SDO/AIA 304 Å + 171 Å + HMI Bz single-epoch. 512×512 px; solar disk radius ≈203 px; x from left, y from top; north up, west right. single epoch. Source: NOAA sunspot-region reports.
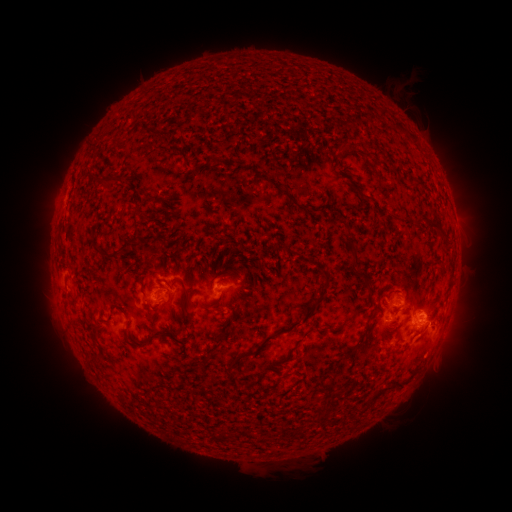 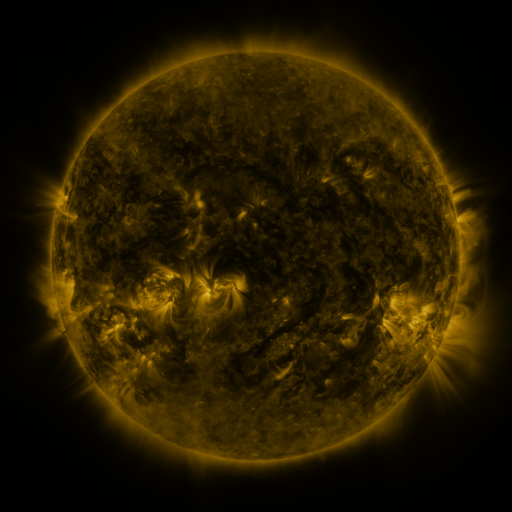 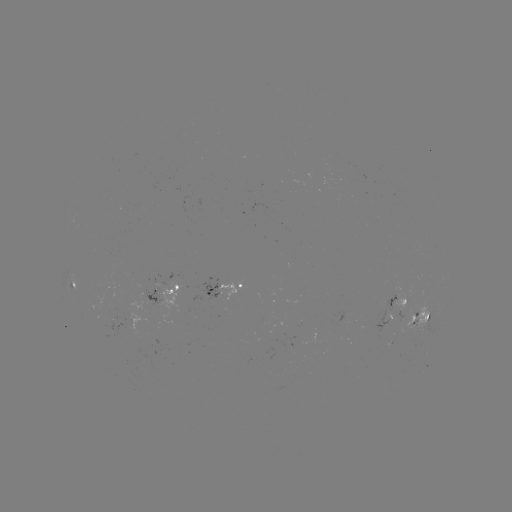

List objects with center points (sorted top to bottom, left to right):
spotted active region: (76, 292)
spotted active region: (168, 293)
spotted active region: (228, 293)
spotted active region: (398, 301)
spotted active region: (421, 316)
spotted active region: (389, 318)
